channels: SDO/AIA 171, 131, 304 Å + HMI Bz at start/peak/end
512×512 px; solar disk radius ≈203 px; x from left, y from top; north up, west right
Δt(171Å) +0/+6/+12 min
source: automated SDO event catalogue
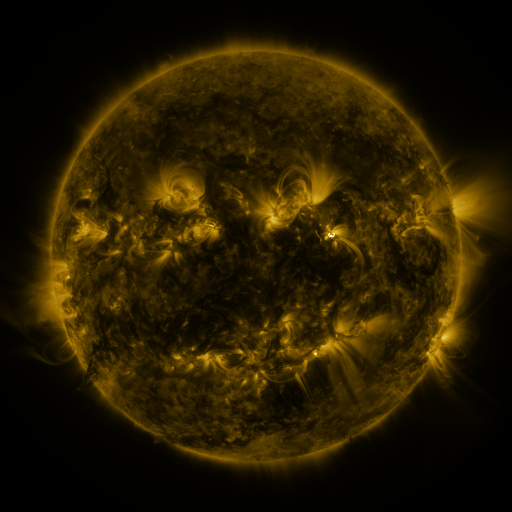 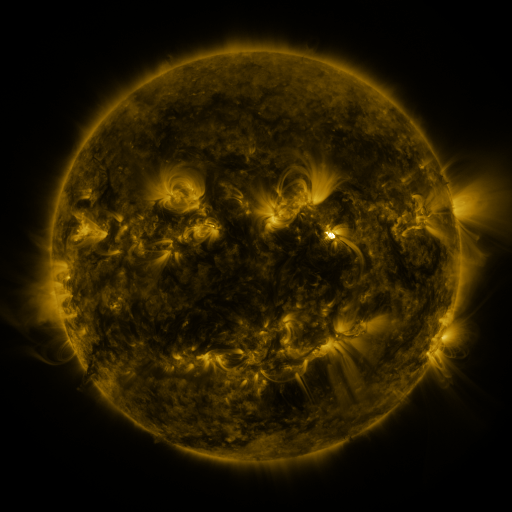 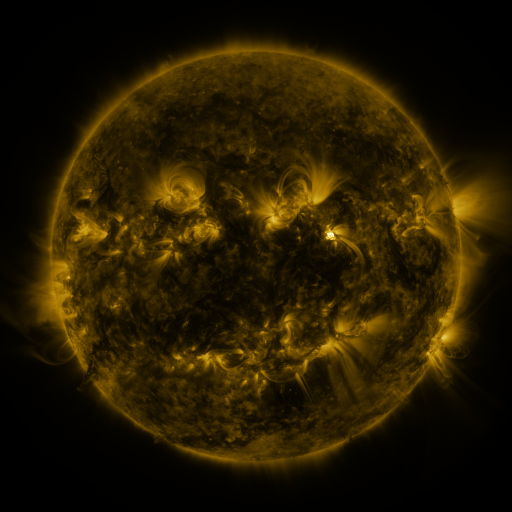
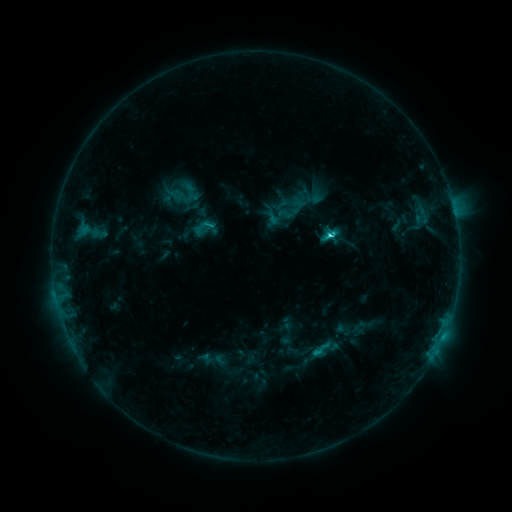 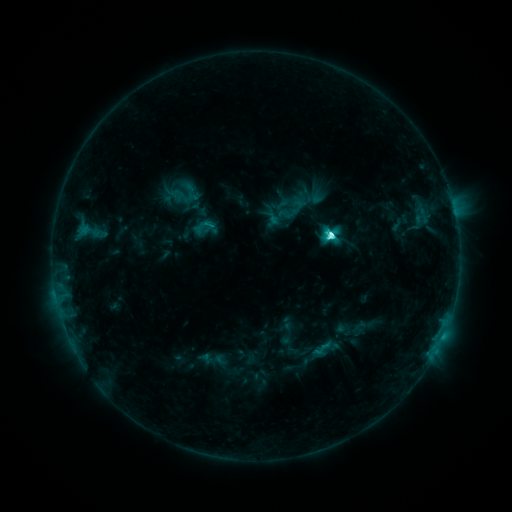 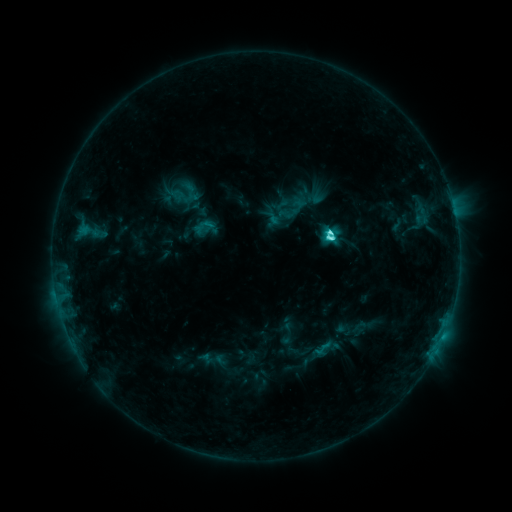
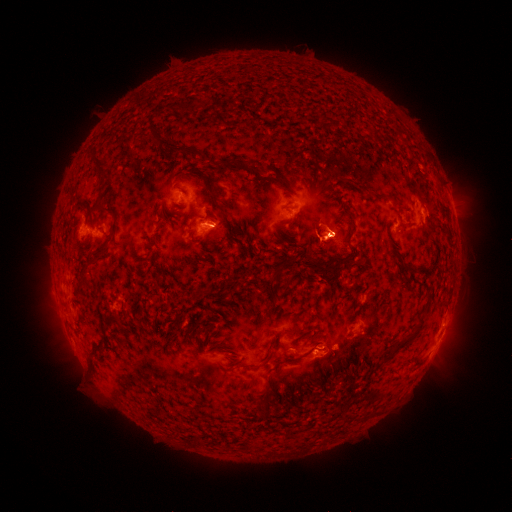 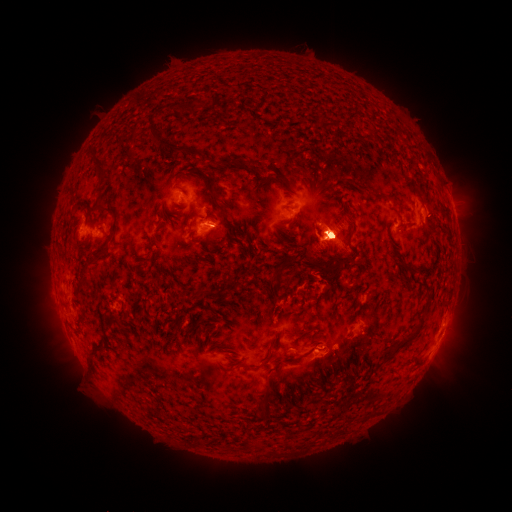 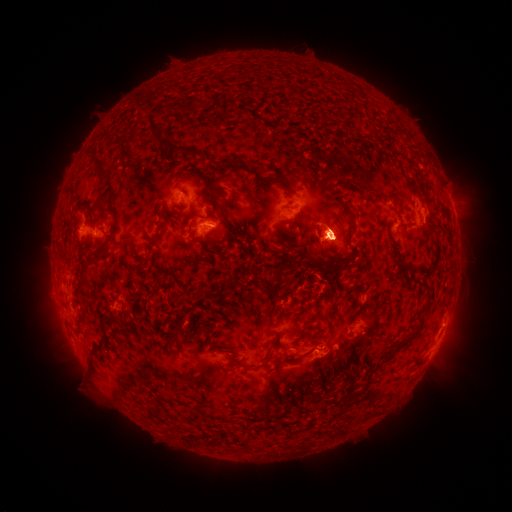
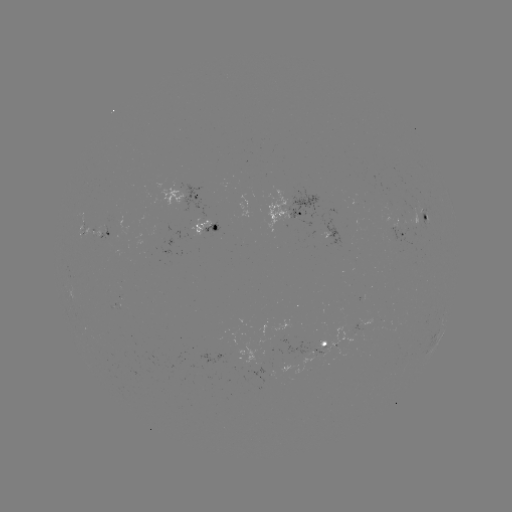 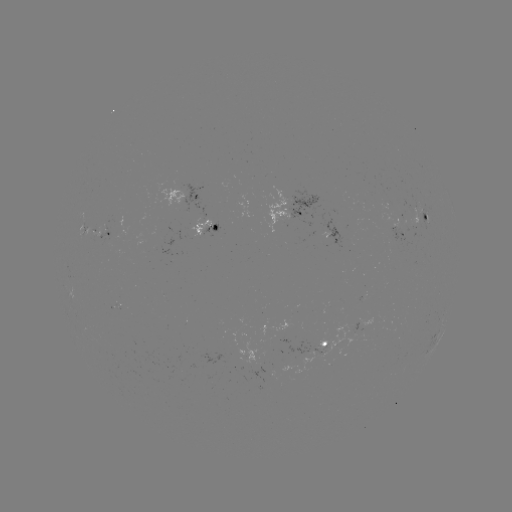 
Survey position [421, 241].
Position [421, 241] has eruption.